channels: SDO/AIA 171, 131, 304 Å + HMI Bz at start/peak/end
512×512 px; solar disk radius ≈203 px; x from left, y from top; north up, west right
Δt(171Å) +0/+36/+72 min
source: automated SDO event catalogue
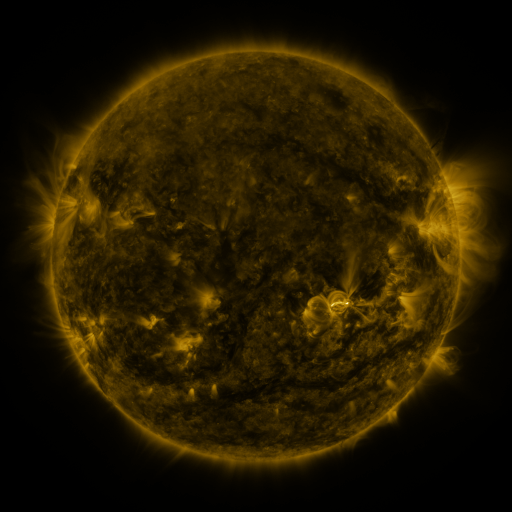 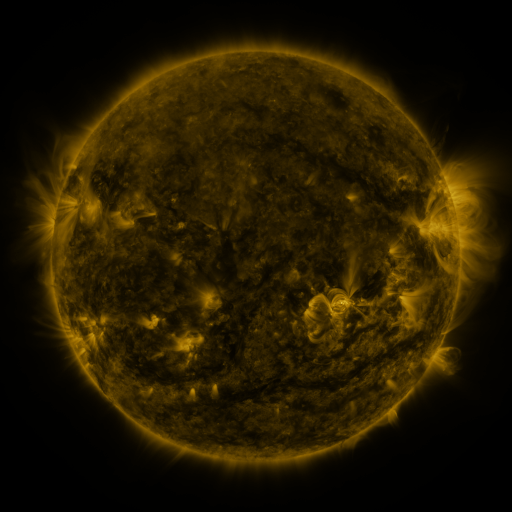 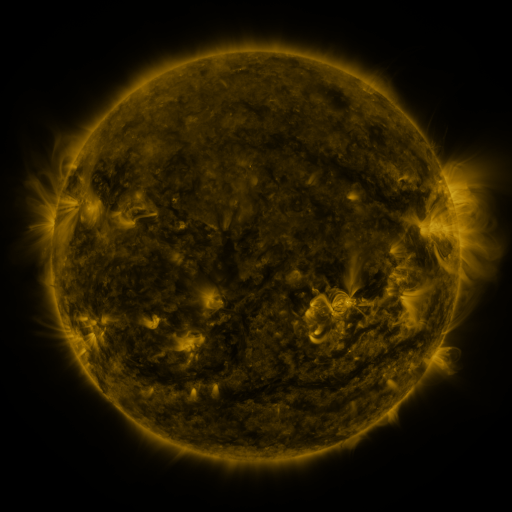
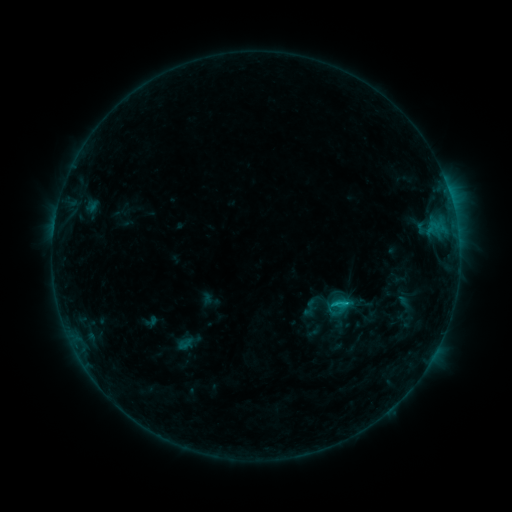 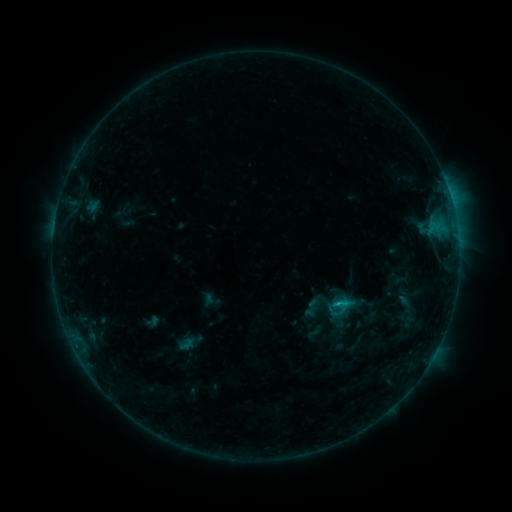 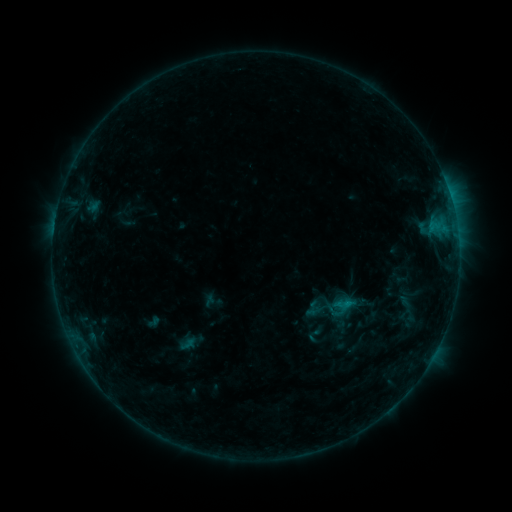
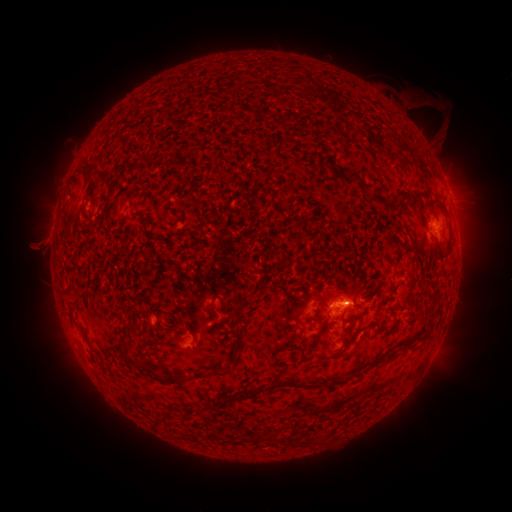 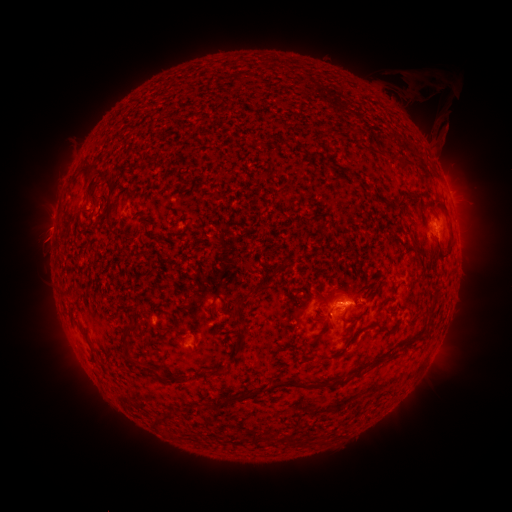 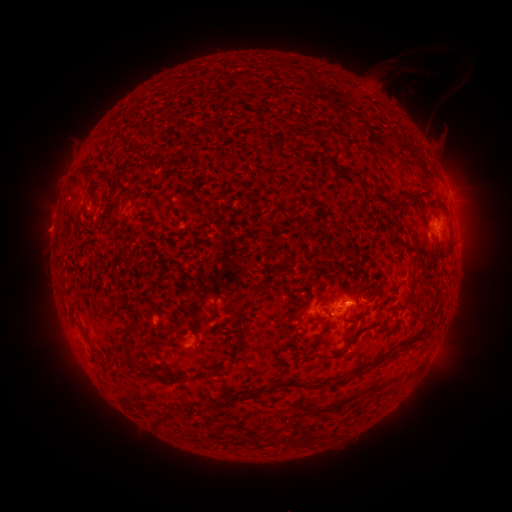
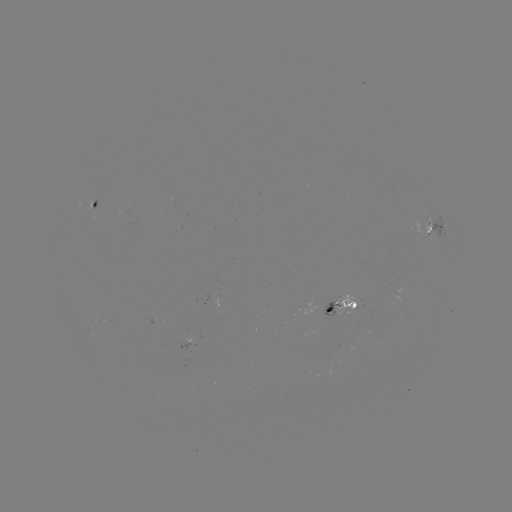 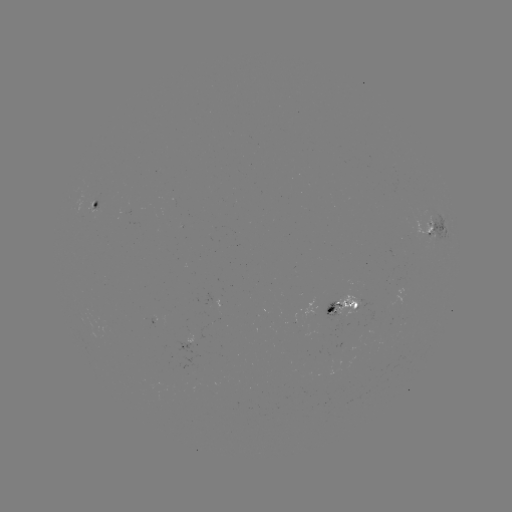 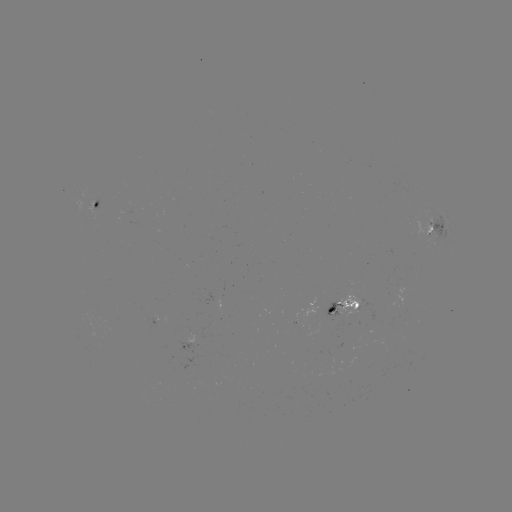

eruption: [400, 61, 452, 124]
